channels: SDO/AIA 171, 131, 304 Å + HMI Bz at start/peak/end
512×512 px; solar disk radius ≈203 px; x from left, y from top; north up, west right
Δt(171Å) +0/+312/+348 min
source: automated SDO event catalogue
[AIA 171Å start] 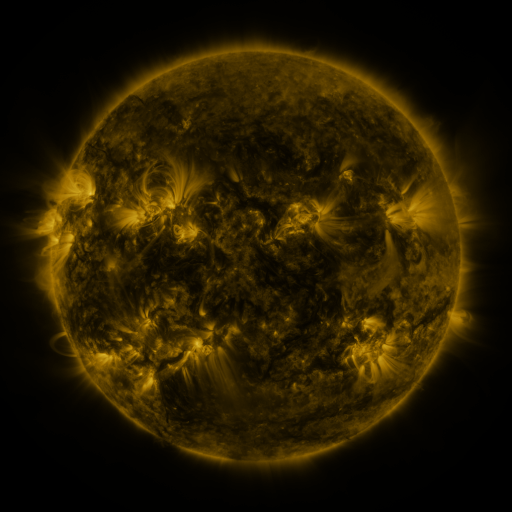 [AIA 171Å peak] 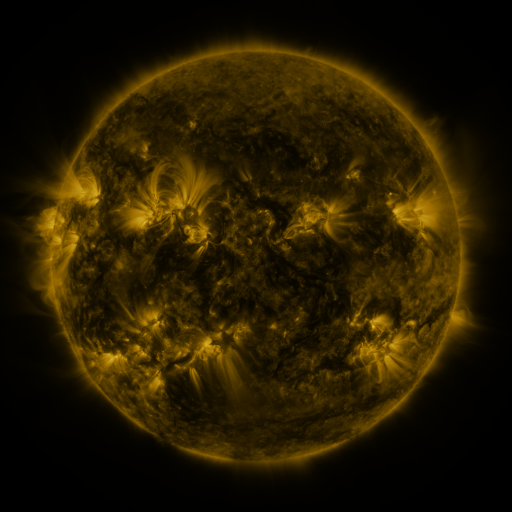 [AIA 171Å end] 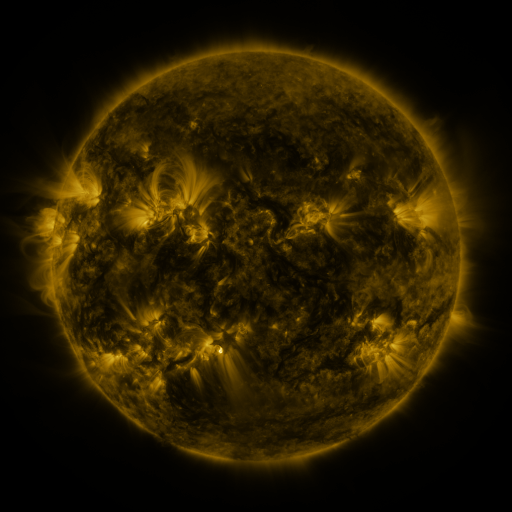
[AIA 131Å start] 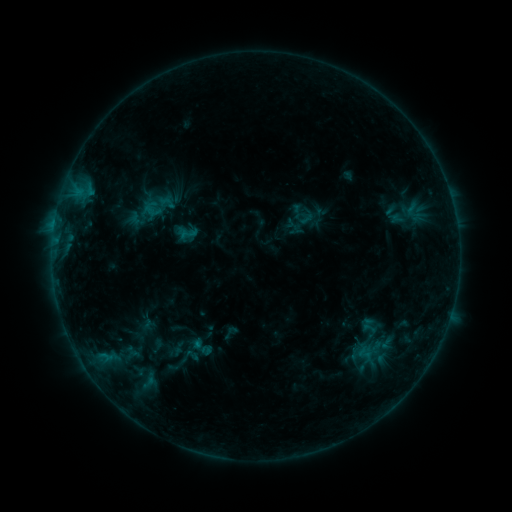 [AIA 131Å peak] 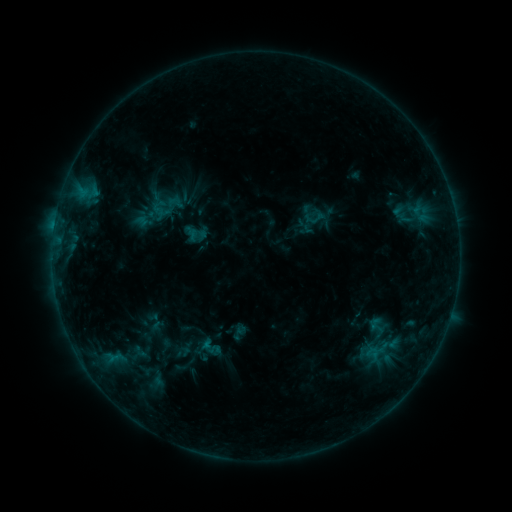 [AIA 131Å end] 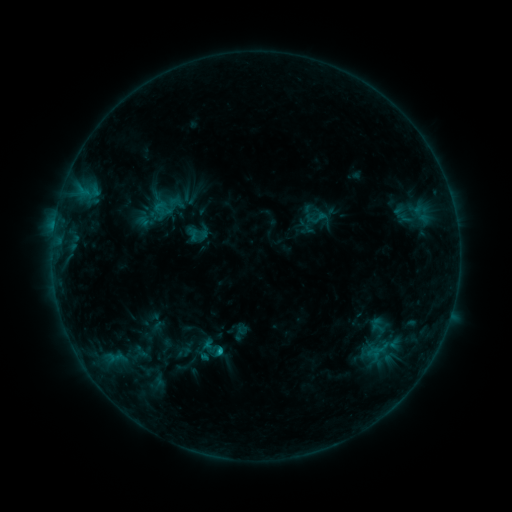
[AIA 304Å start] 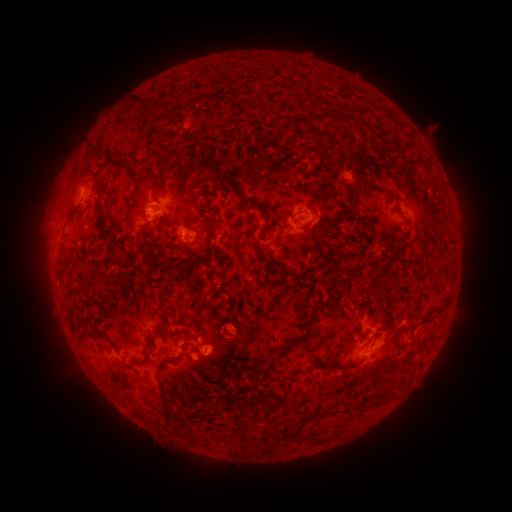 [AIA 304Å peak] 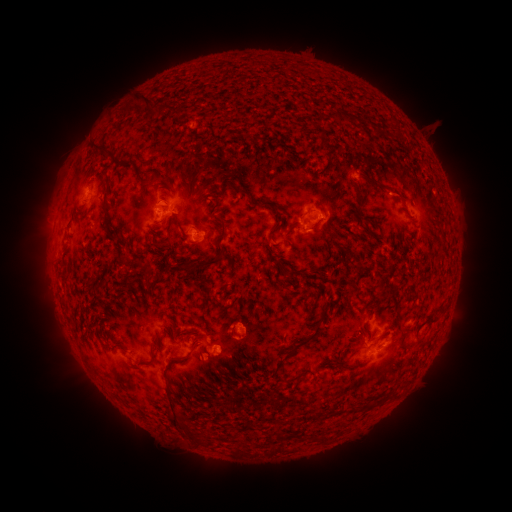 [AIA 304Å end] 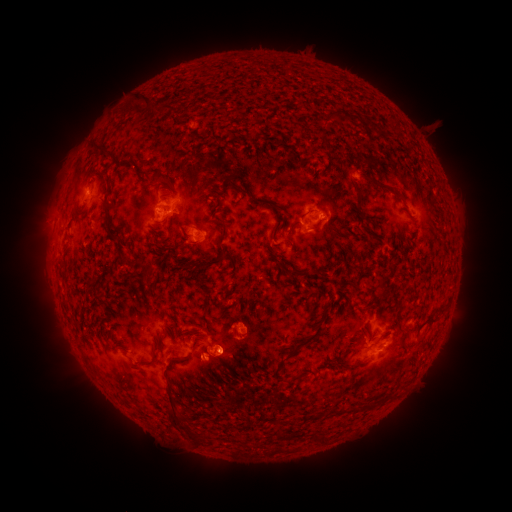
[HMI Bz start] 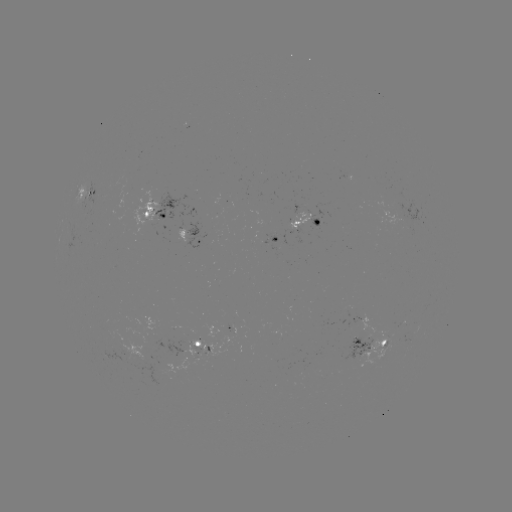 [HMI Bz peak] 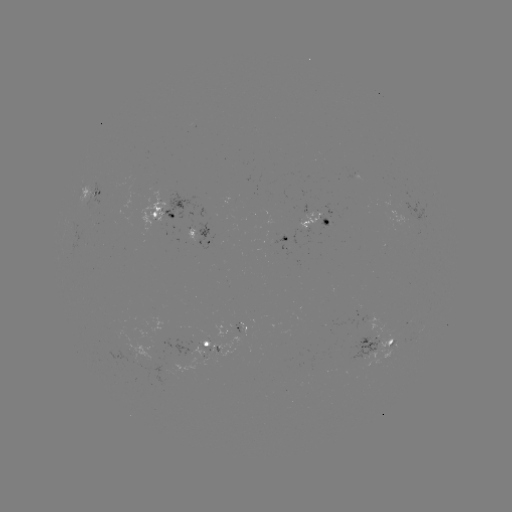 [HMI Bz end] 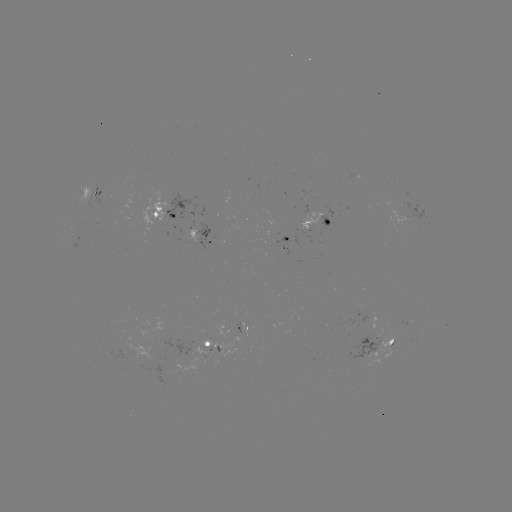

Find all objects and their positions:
emerging-flux region: (234, 326)
